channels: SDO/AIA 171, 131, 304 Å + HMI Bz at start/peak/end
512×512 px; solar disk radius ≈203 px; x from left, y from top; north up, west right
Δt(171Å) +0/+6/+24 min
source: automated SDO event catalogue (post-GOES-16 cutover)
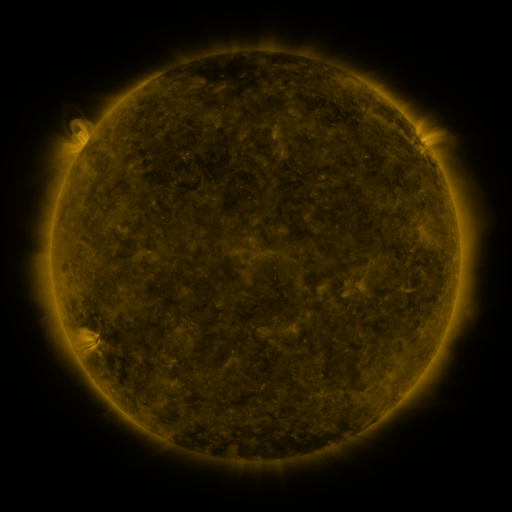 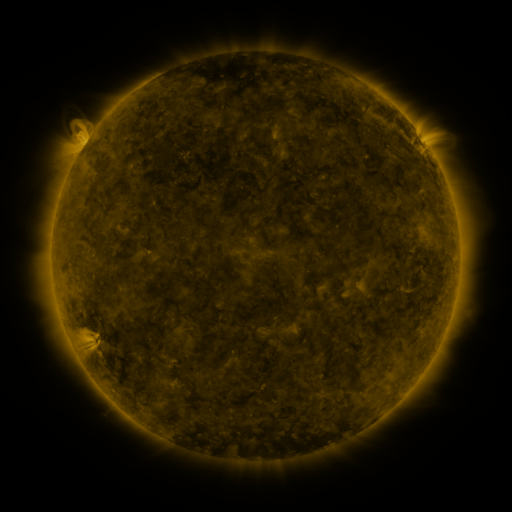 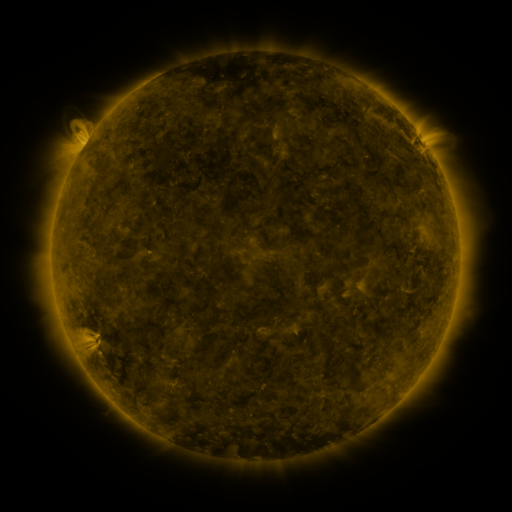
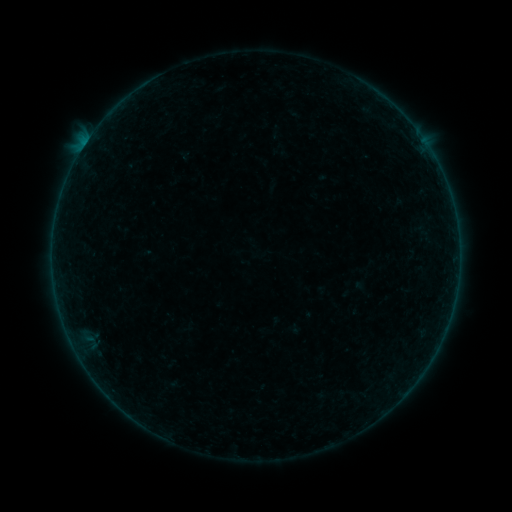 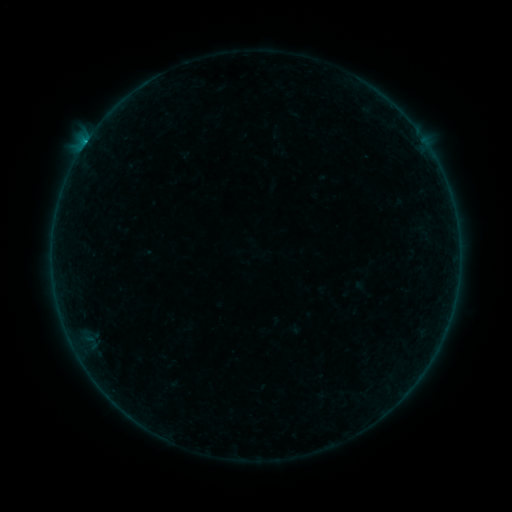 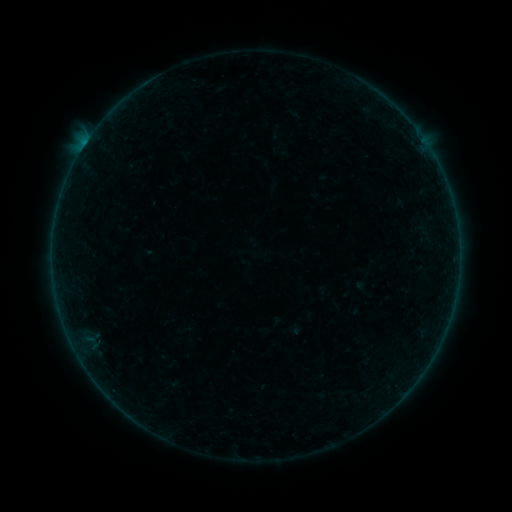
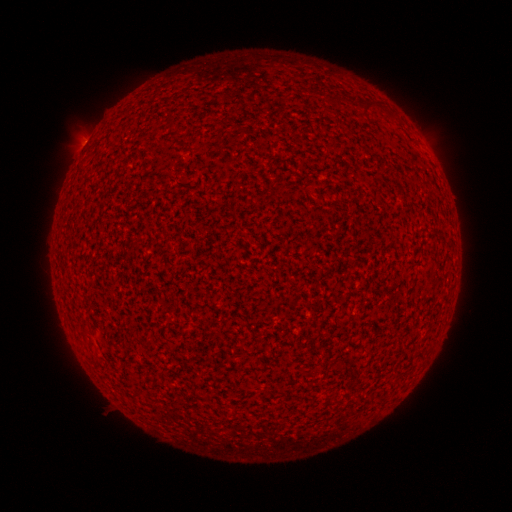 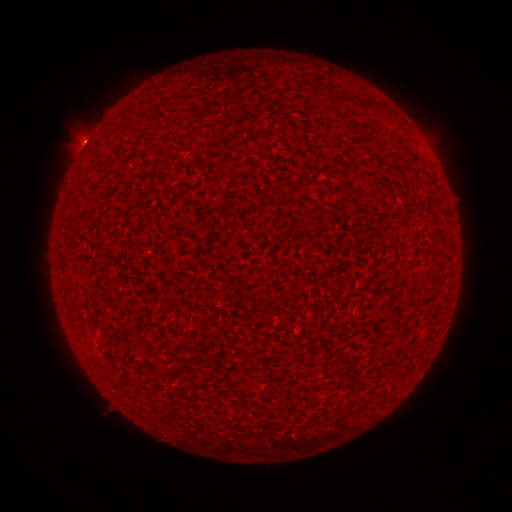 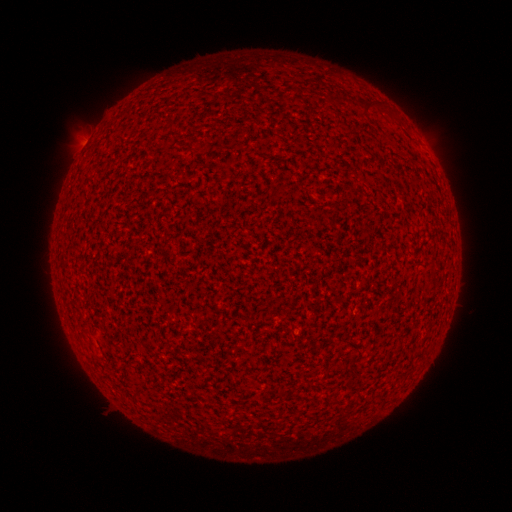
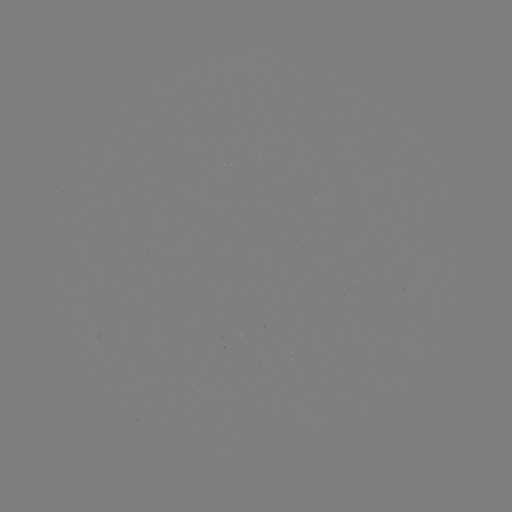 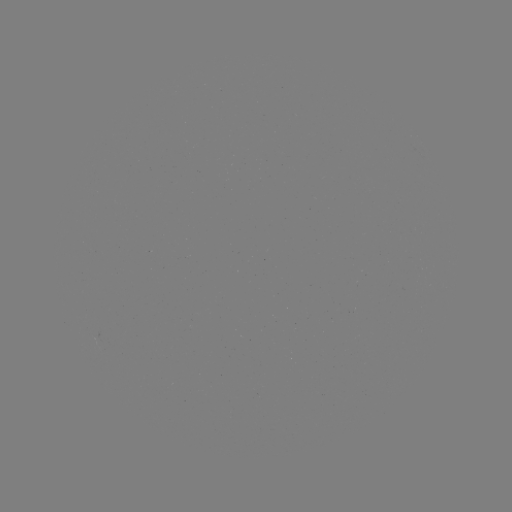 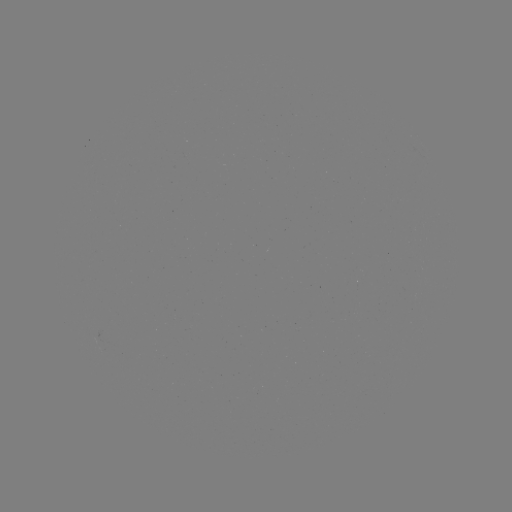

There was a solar flare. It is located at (85, 147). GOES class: B3.1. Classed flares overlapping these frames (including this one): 2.